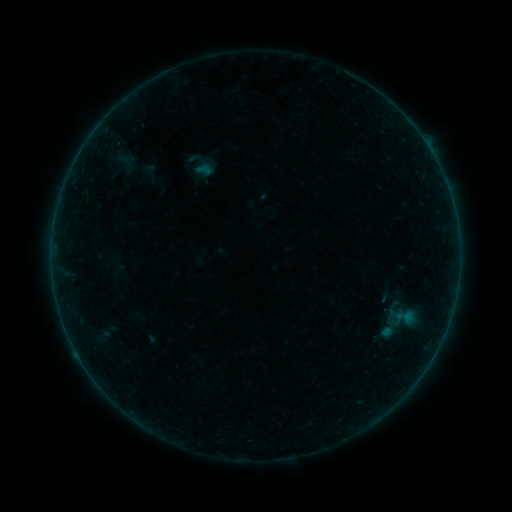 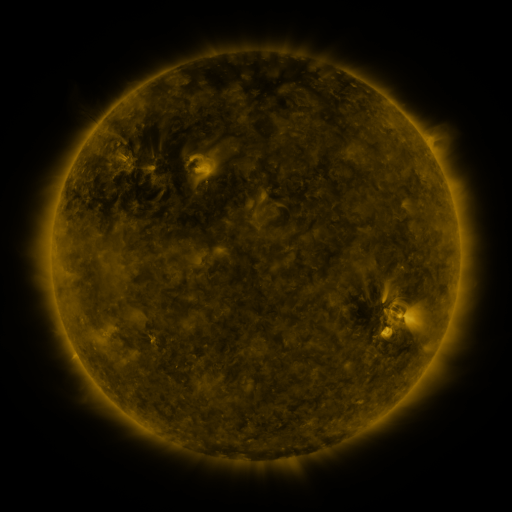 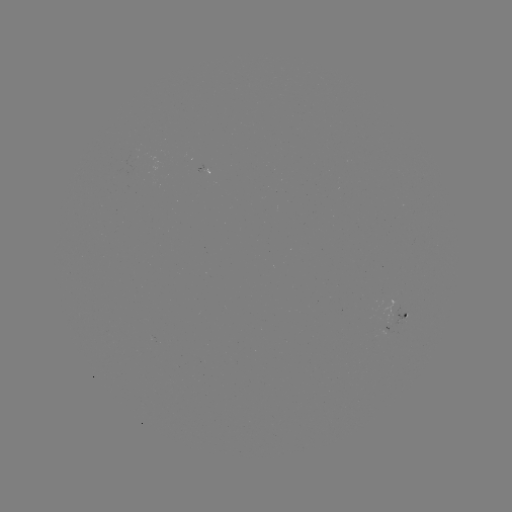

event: sigmoid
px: (204, 170)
